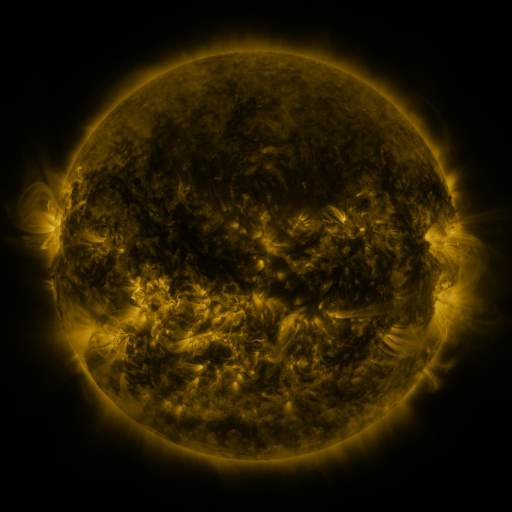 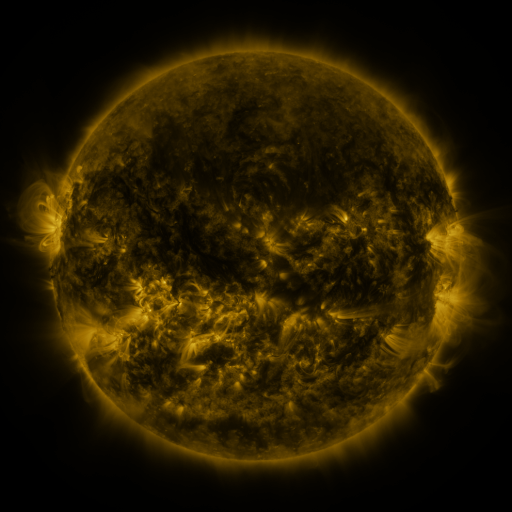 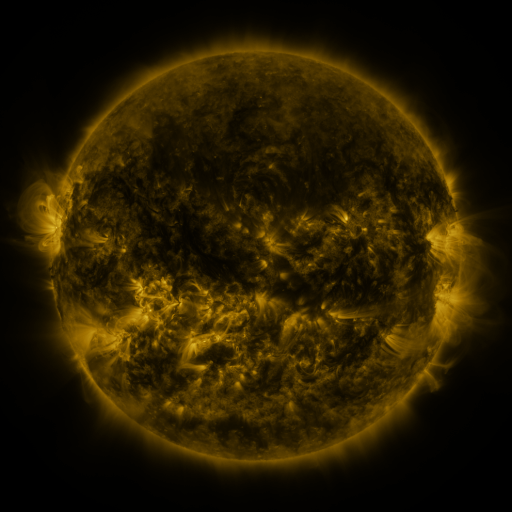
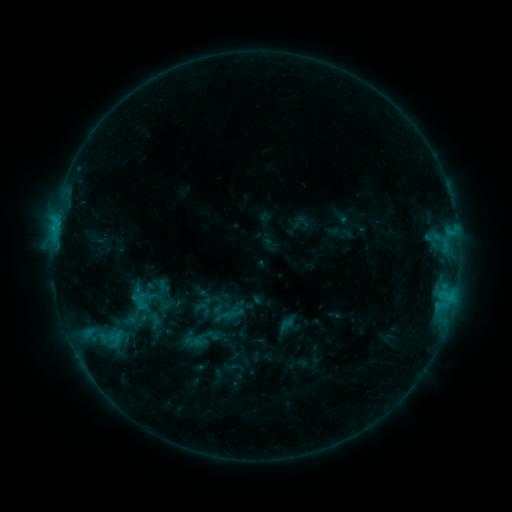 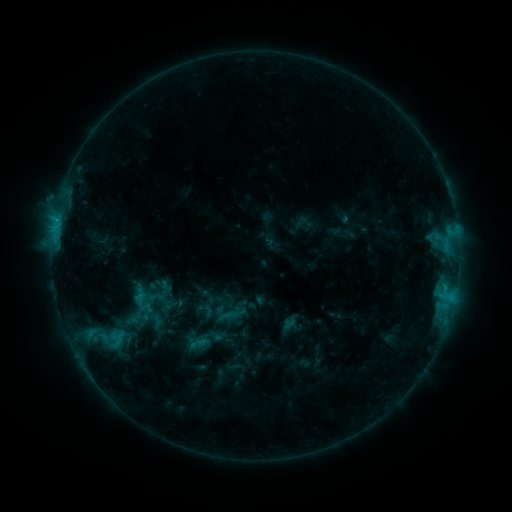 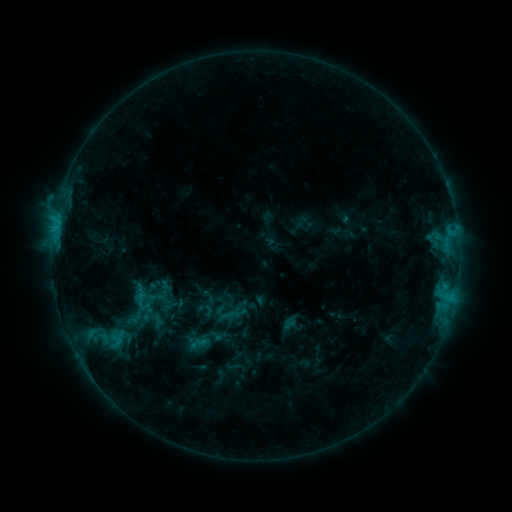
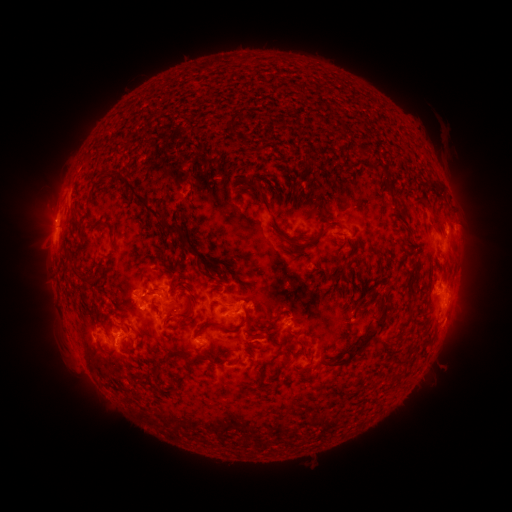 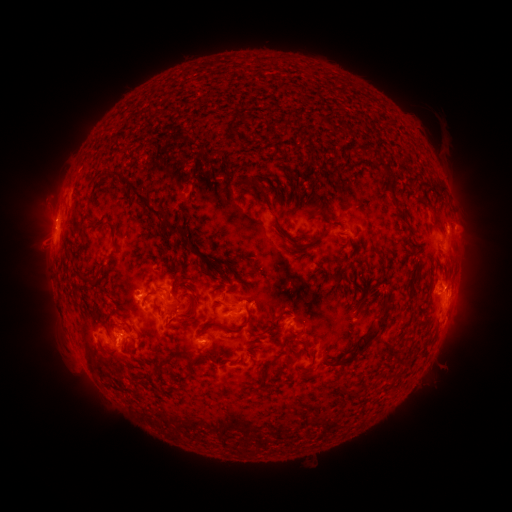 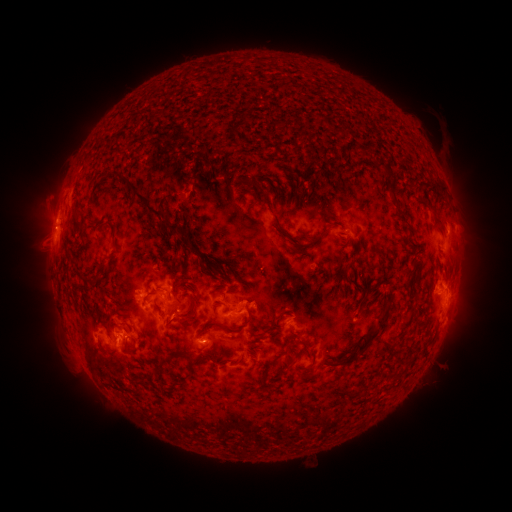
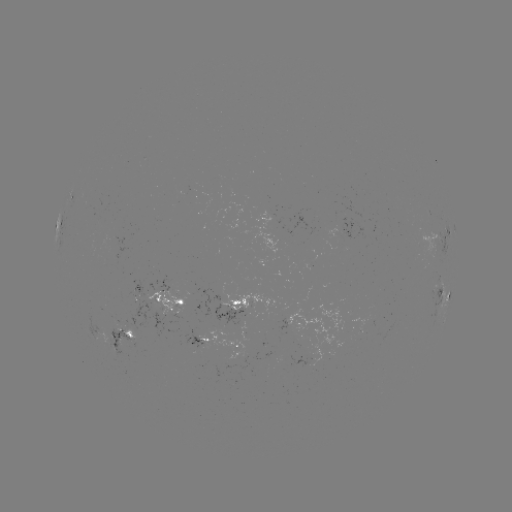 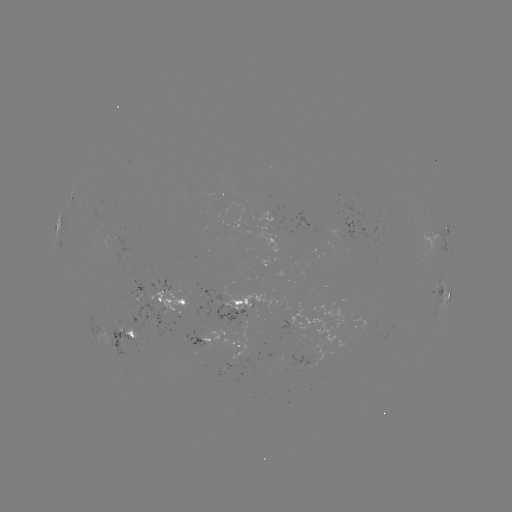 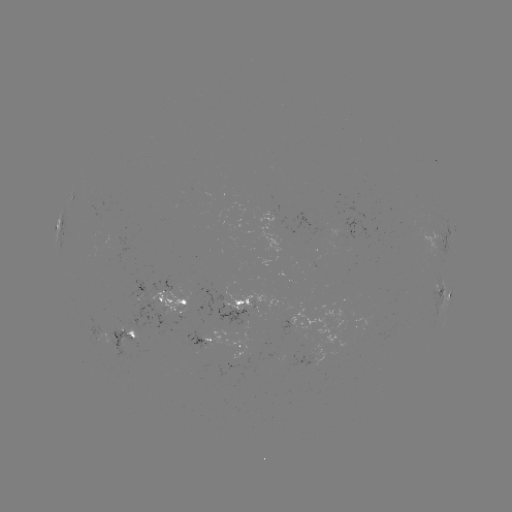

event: emerging-flux region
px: (244, 311)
